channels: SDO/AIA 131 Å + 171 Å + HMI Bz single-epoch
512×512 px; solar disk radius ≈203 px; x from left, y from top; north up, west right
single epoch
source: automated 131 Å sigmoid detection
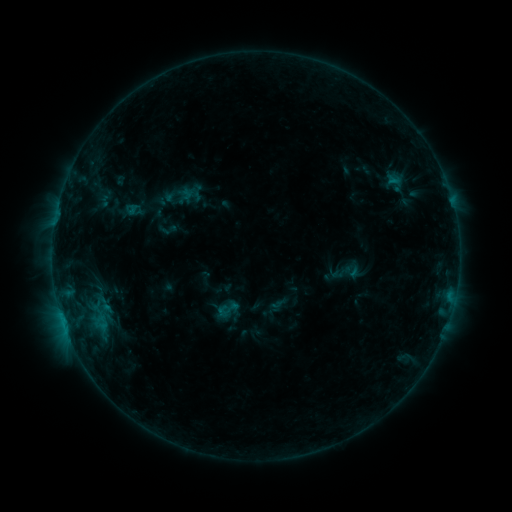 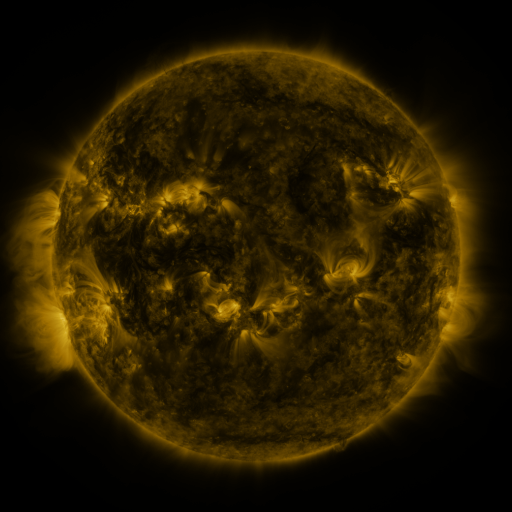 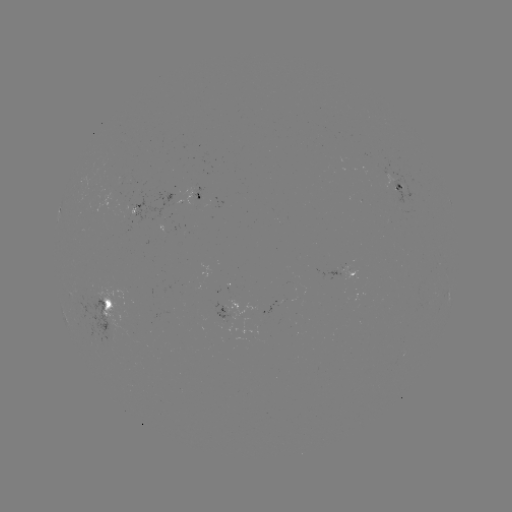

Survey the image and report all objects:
sigmoid: (227, 309)
